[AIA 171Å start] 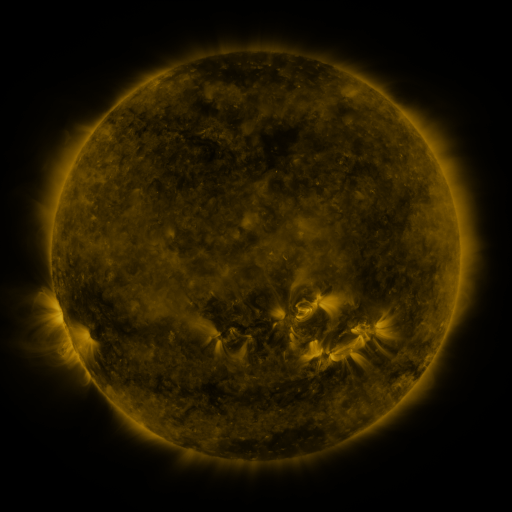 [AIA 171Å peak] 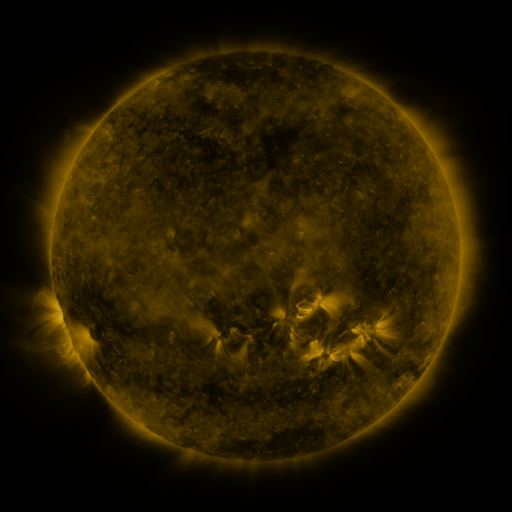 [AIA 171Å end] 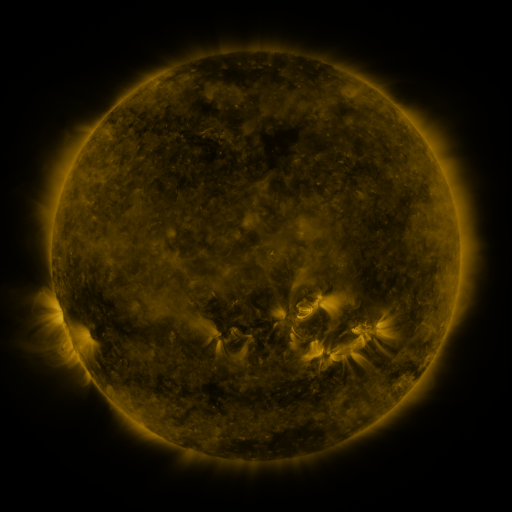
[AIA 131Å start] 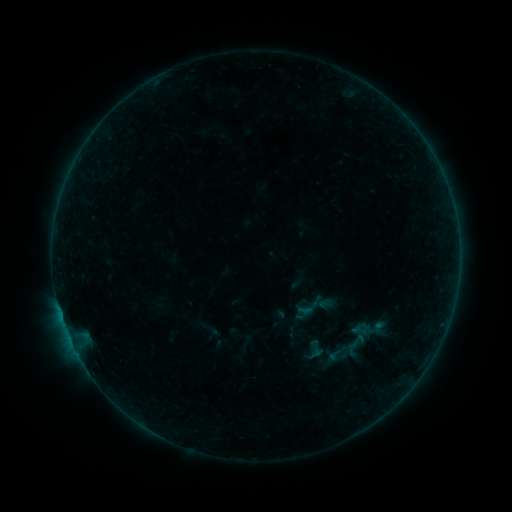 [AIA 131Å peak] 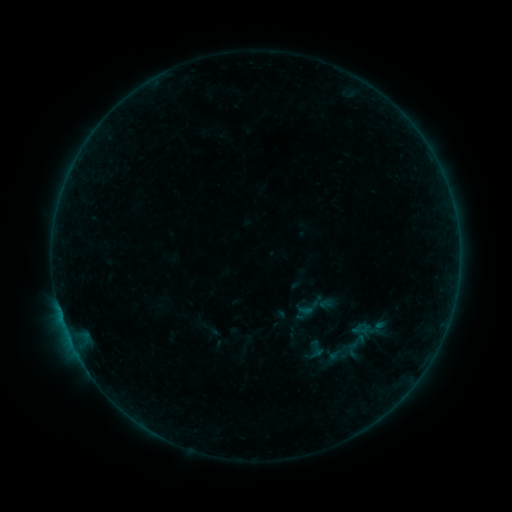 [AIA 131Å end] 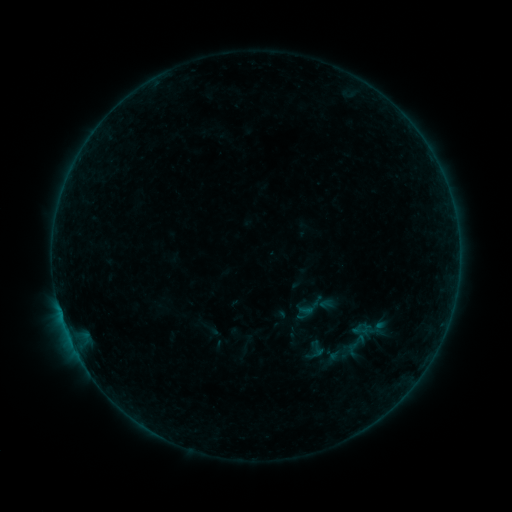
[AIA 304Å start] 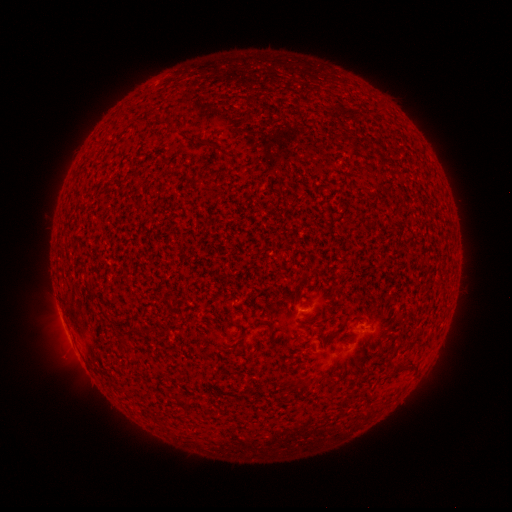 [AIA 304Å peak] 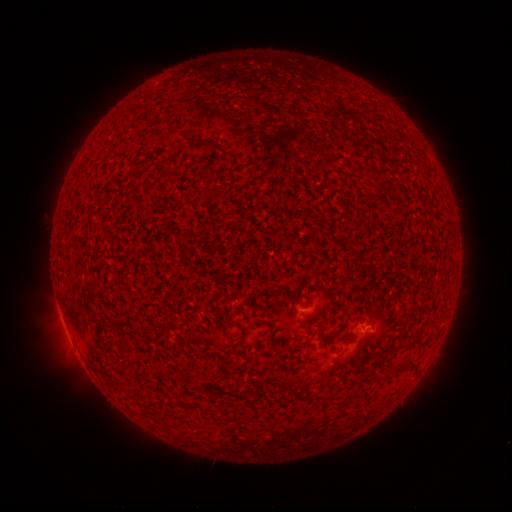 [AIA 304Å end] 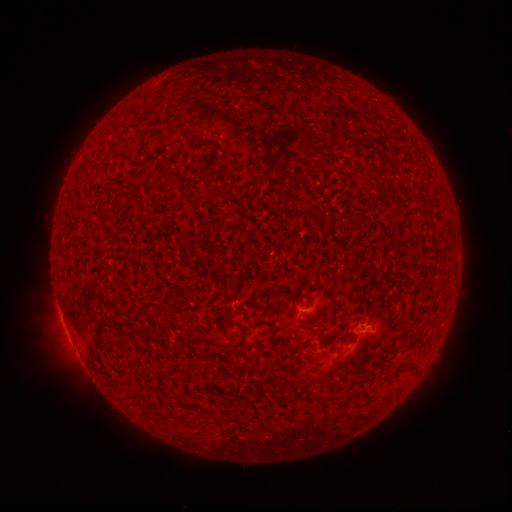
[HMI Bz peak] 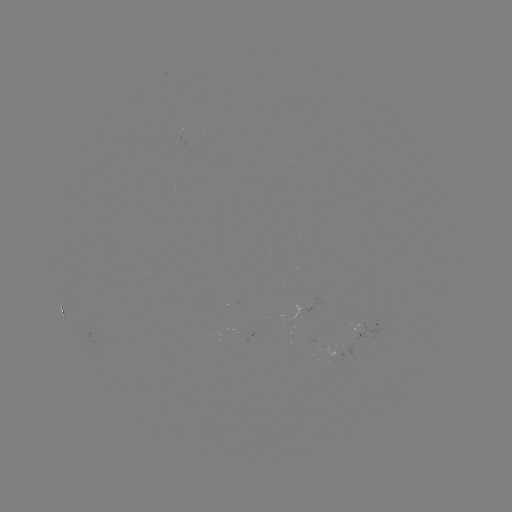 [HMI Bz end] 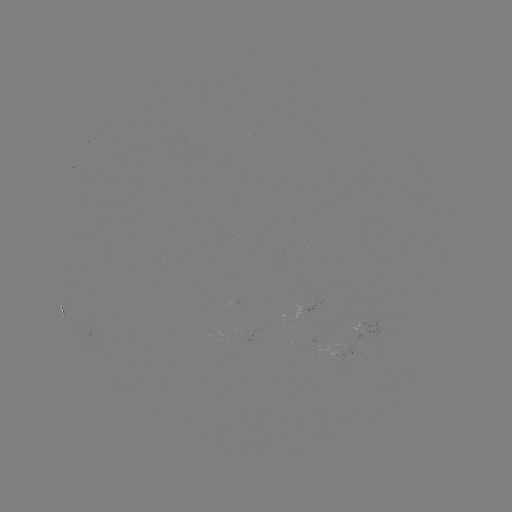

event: flare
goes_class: A8.1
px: (364, 327)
